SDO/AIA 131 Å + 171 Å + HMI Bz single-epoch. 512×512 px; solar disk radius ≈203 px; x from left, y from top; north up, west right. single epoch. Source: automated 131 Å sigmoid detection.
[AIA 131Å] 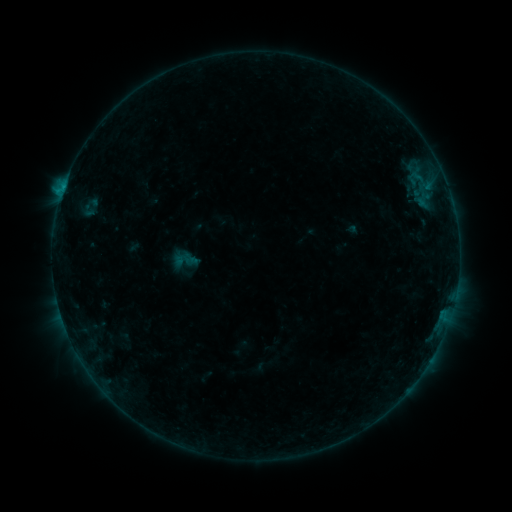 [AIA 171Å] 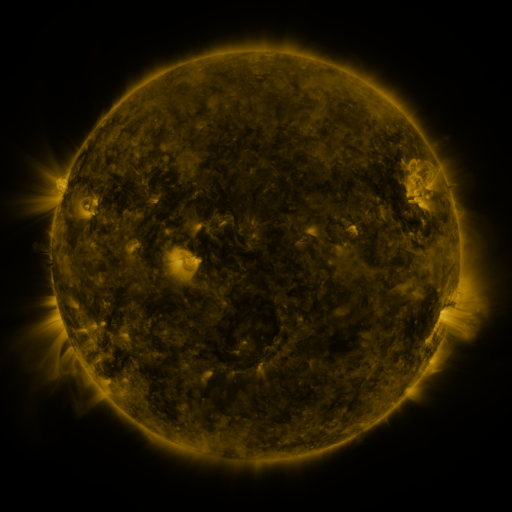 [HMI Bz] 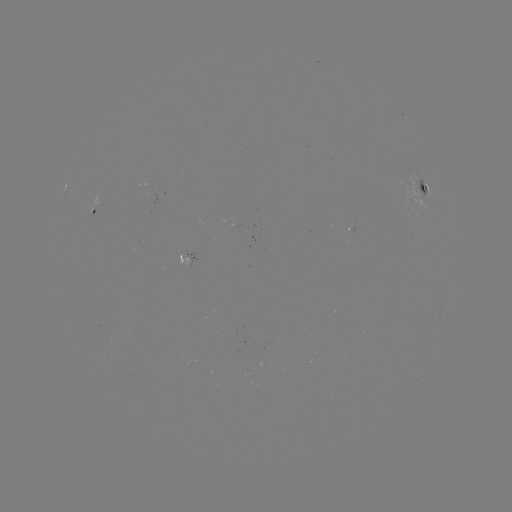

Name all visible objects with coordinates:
sigmoid: (185, 260)
